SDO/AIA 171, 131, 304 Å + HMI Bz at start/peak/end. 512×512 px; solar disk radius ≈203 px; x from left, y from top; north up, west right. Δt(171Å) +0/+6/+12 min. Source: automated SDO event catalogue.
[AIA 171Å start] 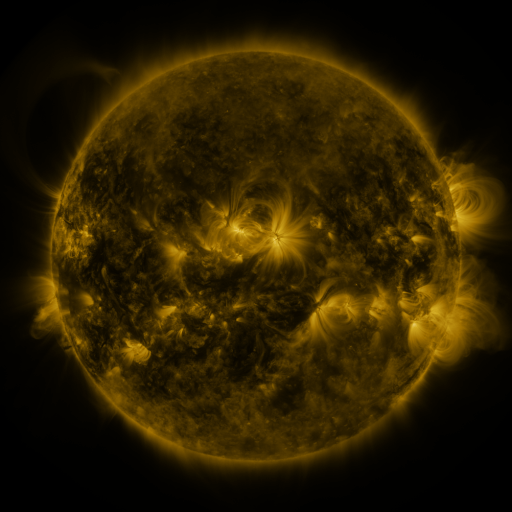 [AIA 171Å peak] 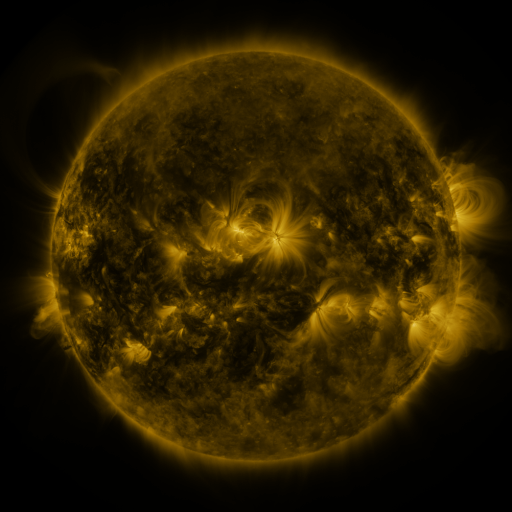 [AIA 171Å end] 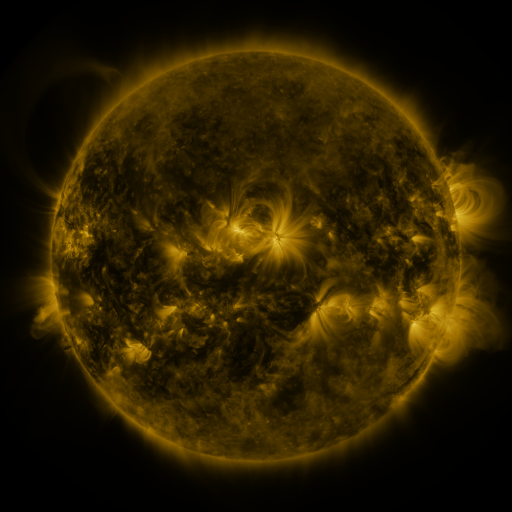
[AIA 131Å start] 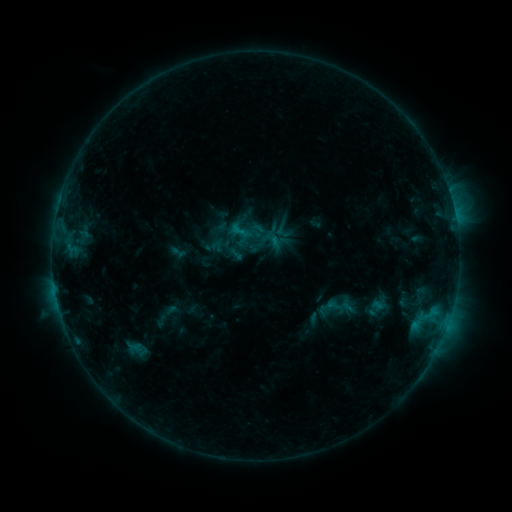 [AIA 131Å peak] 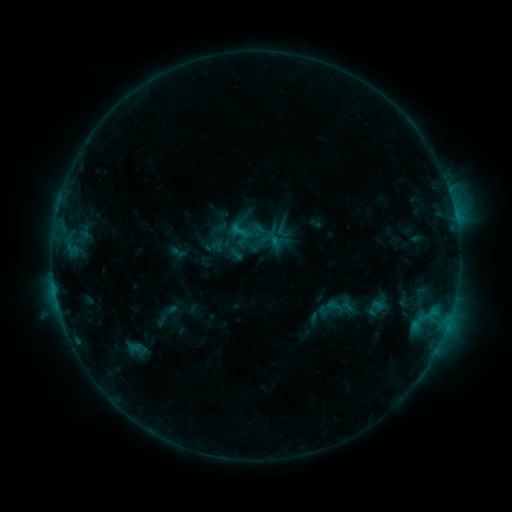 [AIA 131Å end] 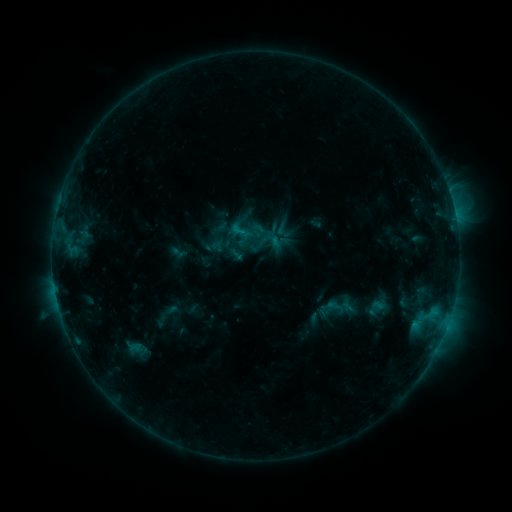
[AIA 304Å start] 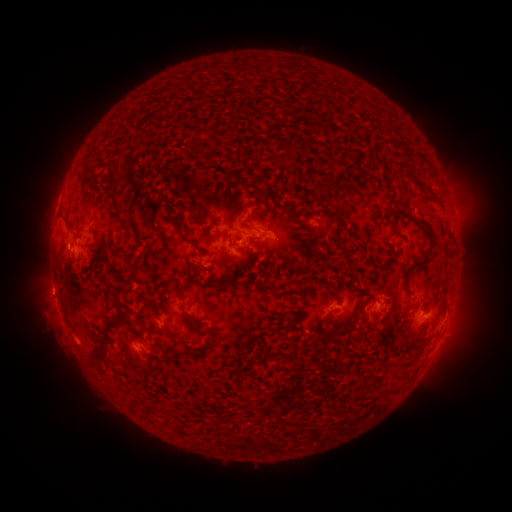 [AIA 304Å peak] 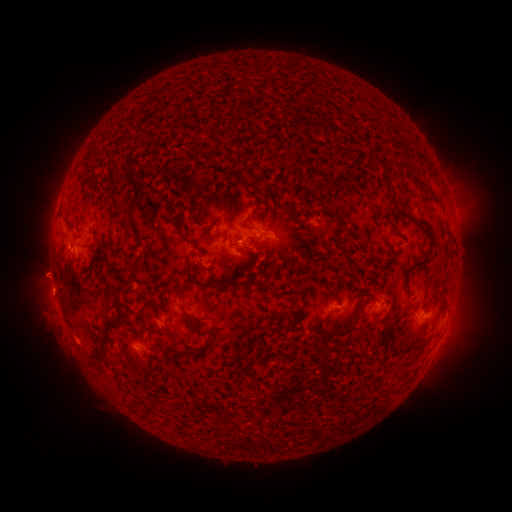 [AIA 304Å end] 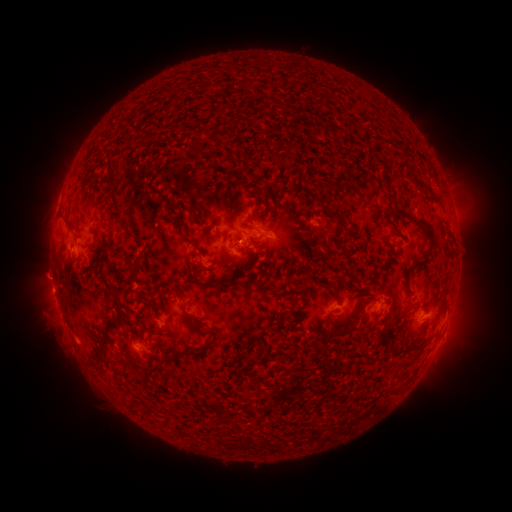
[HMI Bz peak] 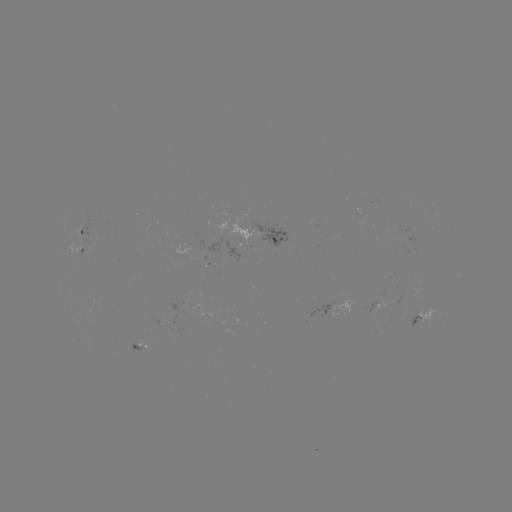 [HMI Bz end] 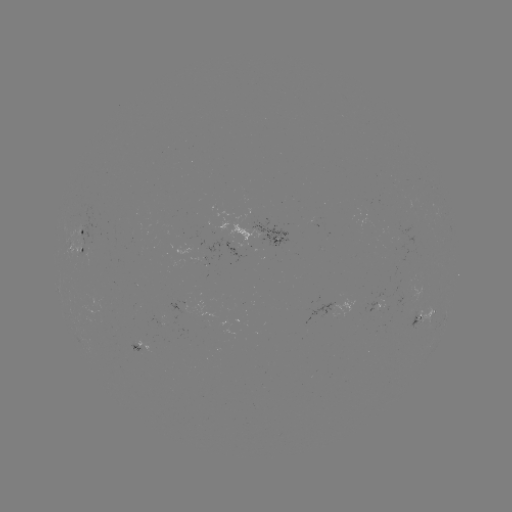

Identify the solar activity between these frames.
eruption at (44, 273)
